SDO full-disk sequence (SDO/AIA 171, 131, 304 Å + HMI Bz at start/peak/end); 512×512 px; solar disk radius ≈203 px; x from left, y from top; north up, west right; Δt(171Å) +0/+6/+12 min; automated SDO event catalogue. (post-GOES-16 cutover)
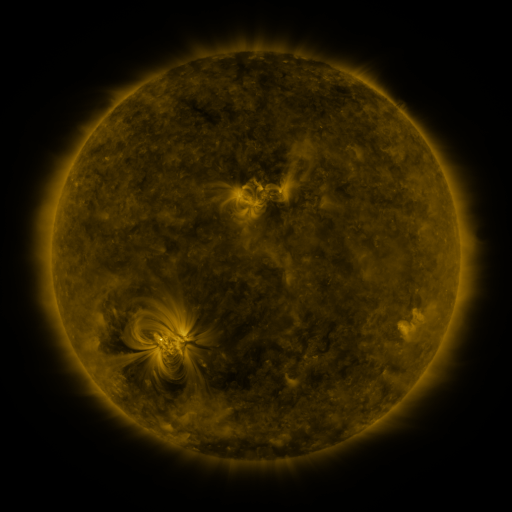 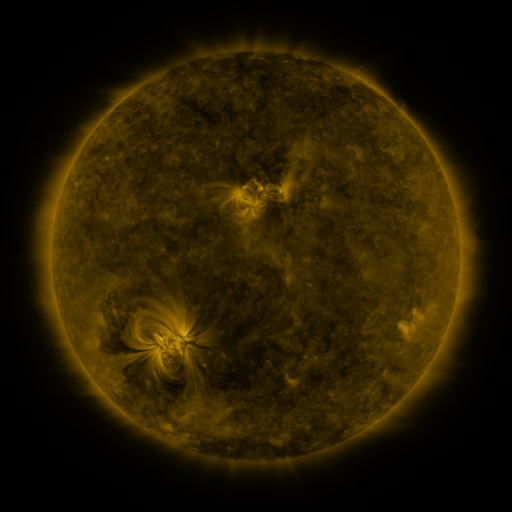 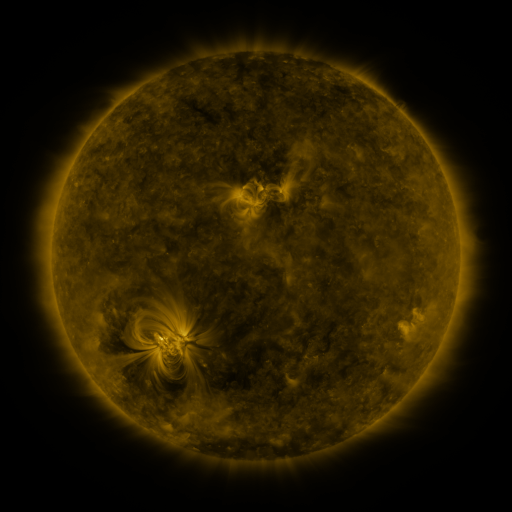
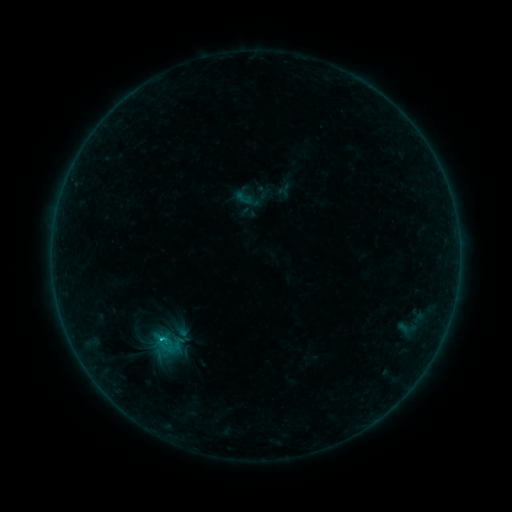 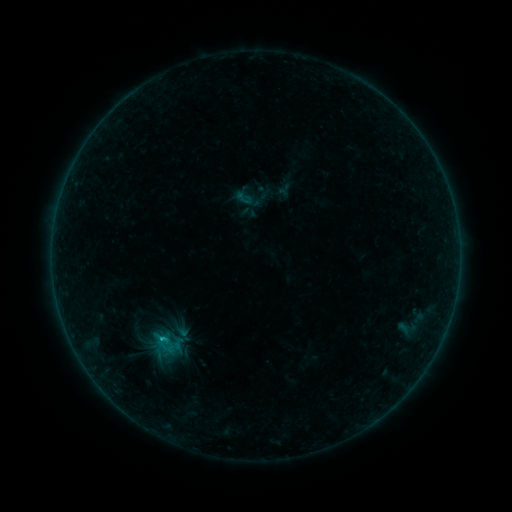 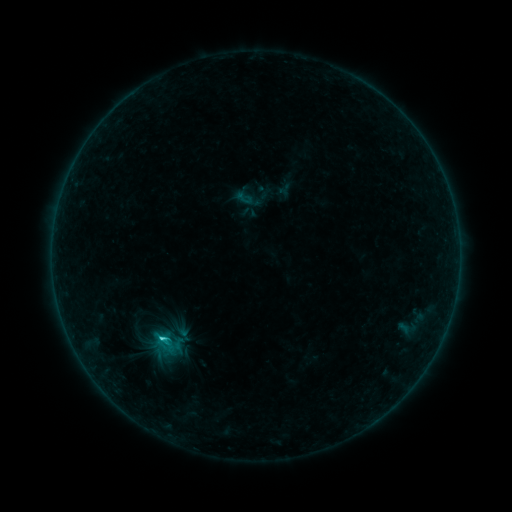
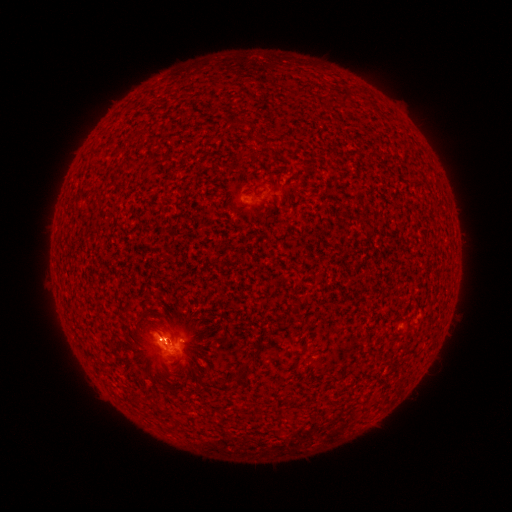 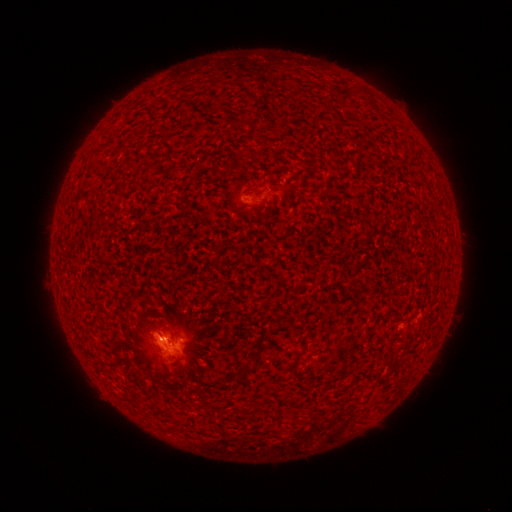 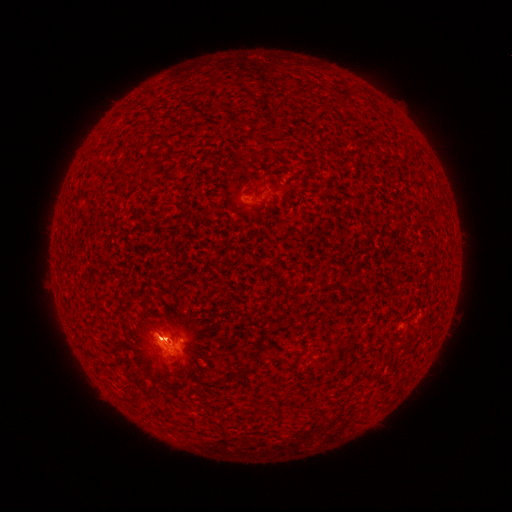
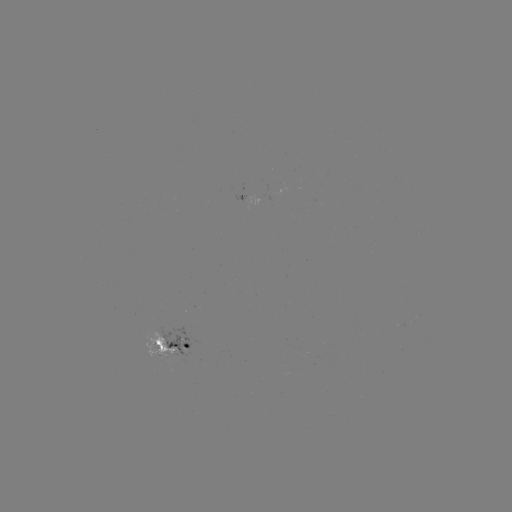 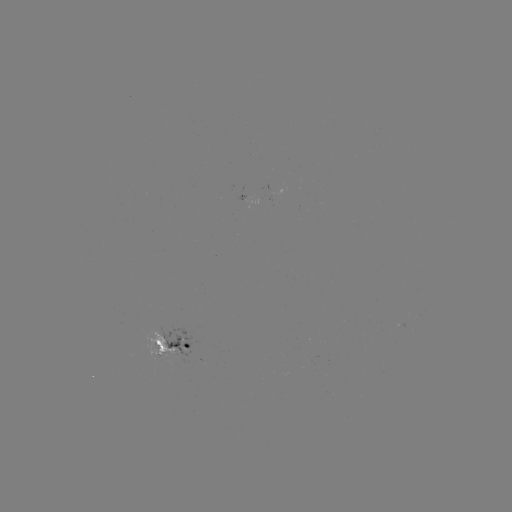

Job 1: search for C1.8 flare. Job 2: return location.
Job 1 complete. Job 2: (166, 339).